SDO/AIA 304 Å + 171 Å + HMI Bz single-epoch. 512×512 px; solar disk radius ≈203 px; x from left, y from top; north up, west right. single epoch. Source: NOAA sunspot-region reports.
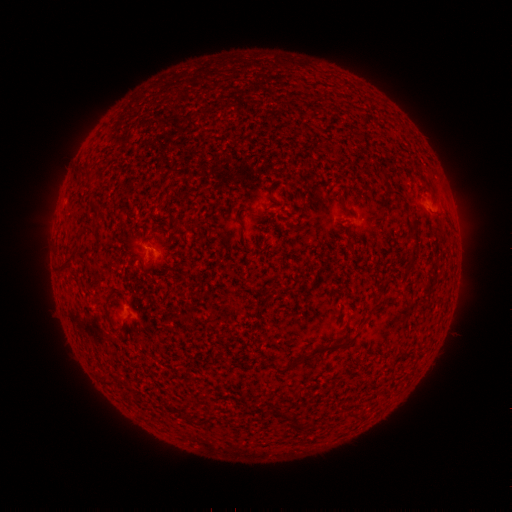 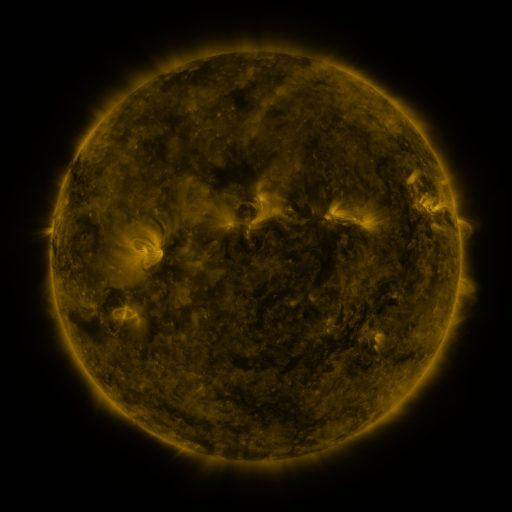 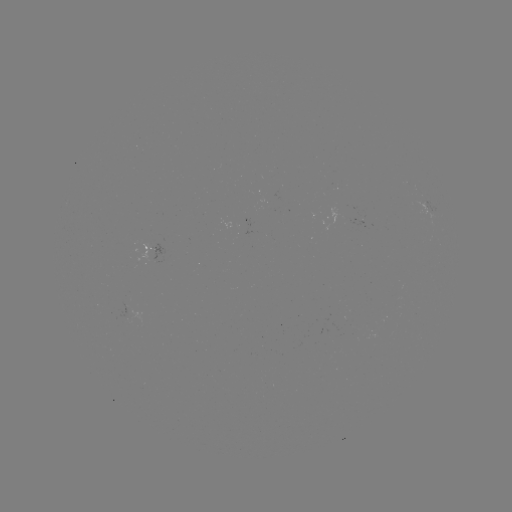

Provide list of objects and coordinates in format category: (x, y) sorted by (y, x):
spotted active region: (424, 207)
spotted active region: (157, 252)
